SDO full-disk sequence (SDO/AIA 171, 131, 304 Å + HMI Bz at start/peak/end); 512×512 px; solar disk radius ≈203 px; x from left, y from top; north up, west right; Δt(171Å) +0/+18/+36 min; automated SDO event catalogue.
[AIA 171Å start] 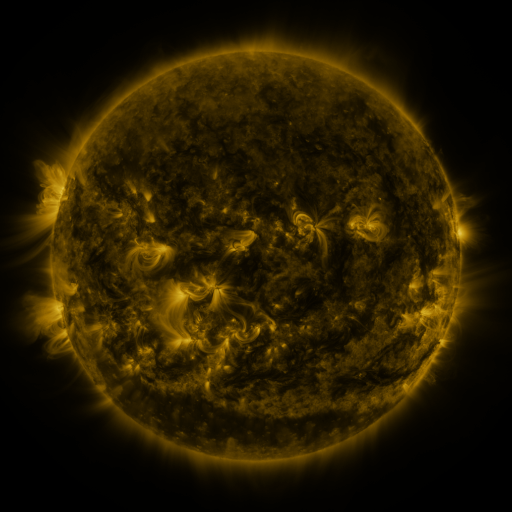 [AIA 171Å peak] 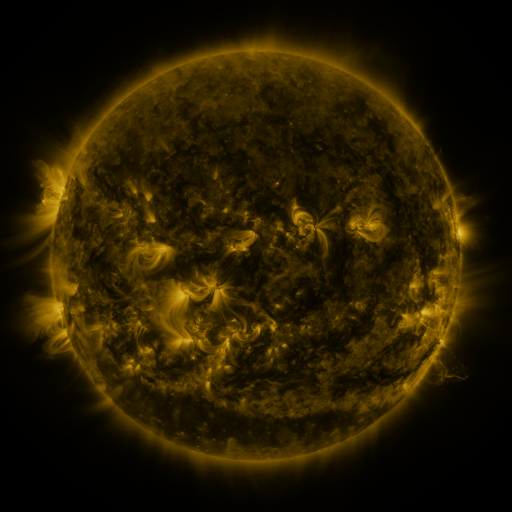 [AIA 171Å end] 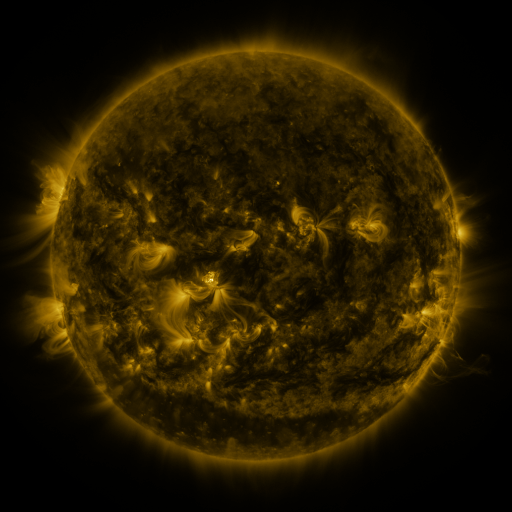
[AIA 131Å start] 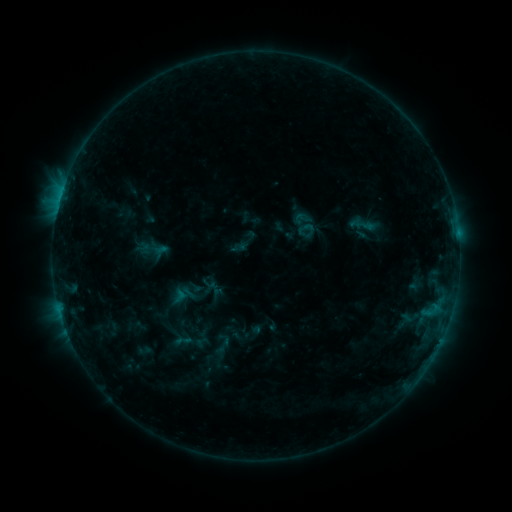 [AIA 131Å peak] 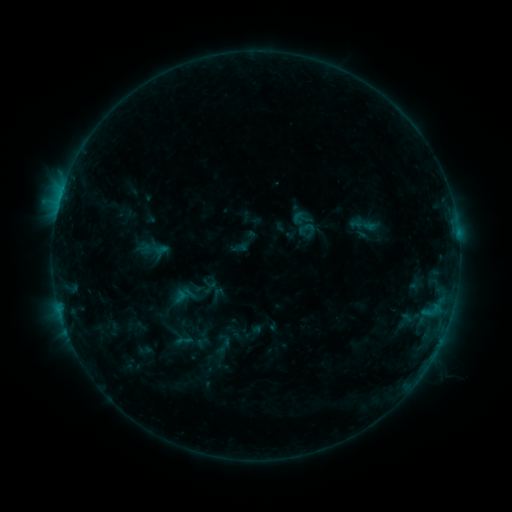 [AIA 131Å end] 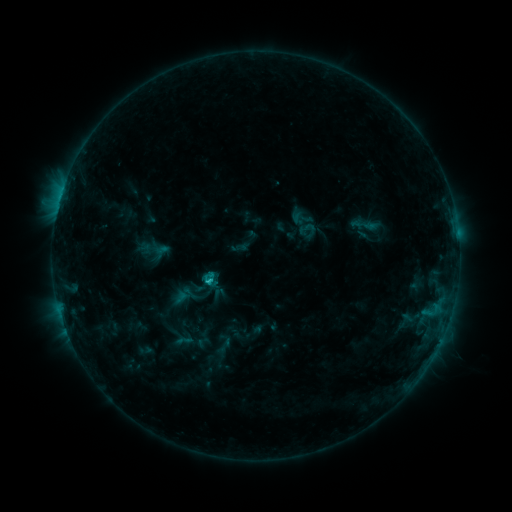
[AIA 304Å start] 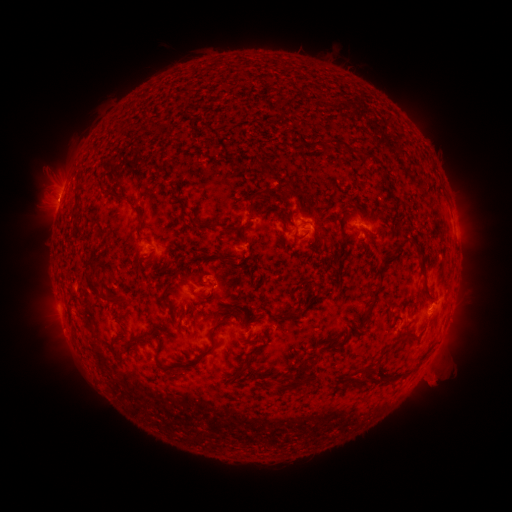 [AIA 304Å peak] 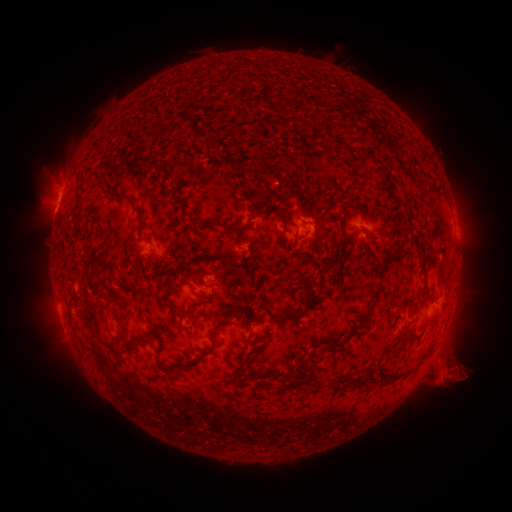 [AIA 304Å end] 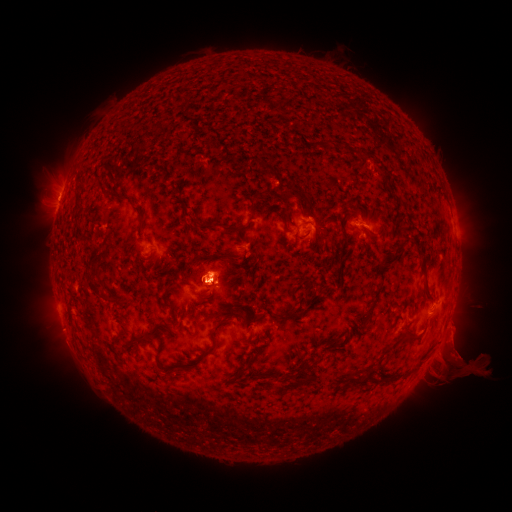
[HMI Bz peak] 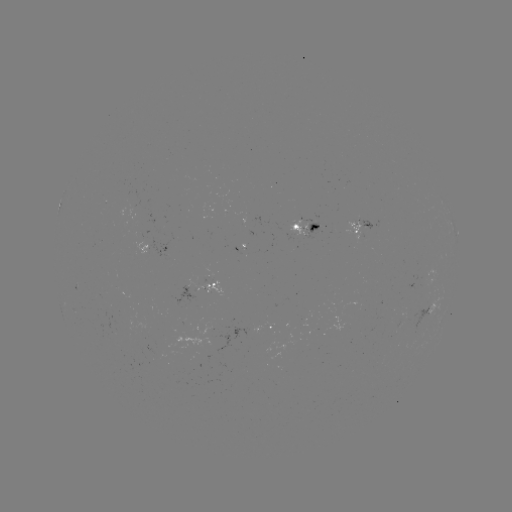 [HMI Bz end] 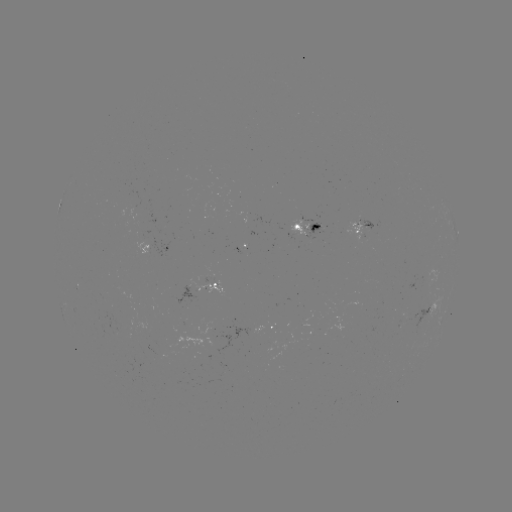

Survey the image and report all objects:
eruption: (452, 371)
